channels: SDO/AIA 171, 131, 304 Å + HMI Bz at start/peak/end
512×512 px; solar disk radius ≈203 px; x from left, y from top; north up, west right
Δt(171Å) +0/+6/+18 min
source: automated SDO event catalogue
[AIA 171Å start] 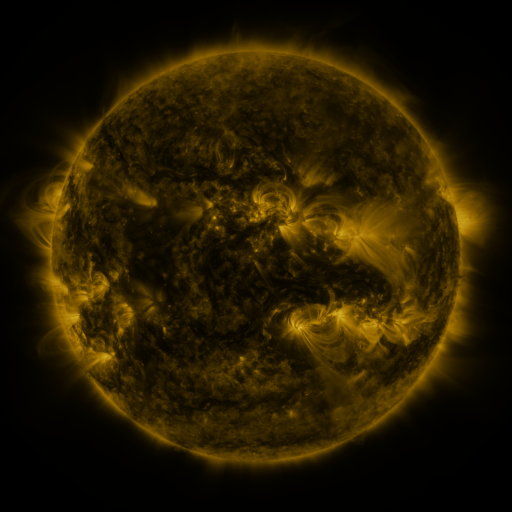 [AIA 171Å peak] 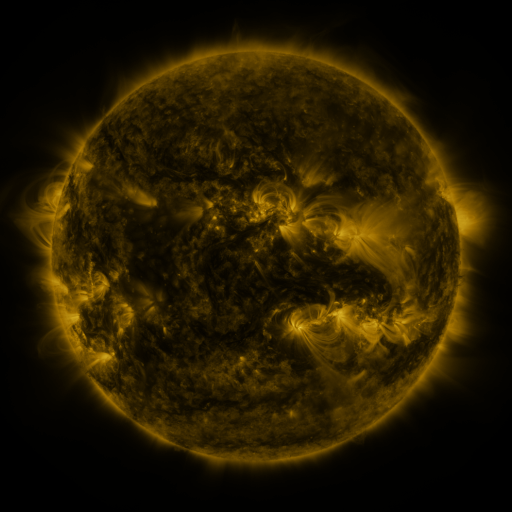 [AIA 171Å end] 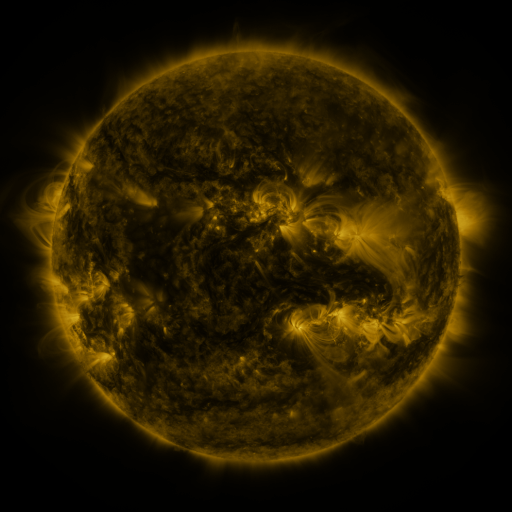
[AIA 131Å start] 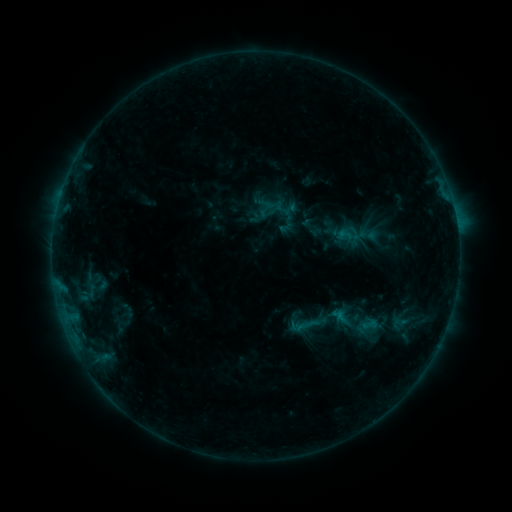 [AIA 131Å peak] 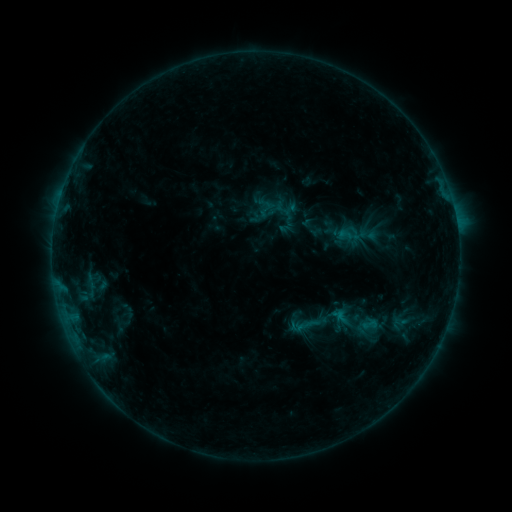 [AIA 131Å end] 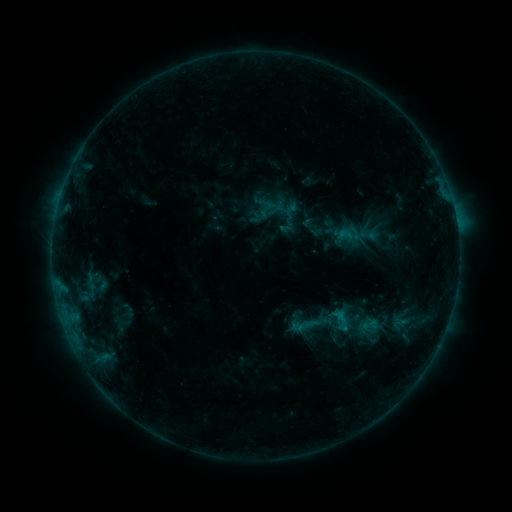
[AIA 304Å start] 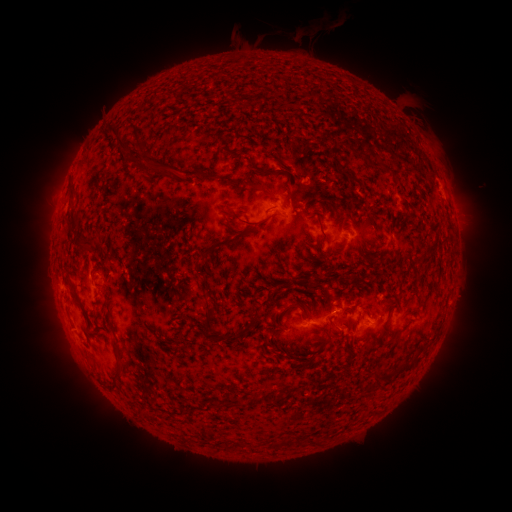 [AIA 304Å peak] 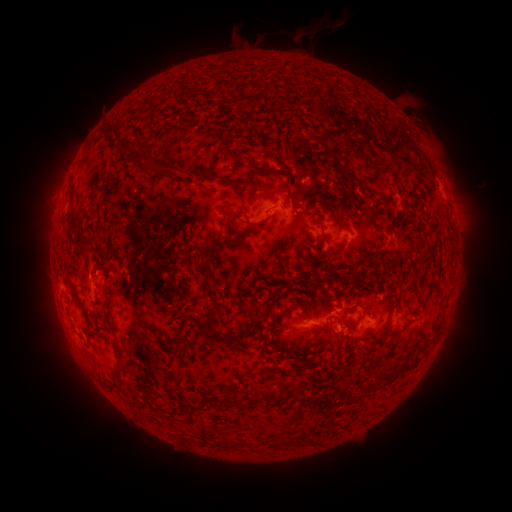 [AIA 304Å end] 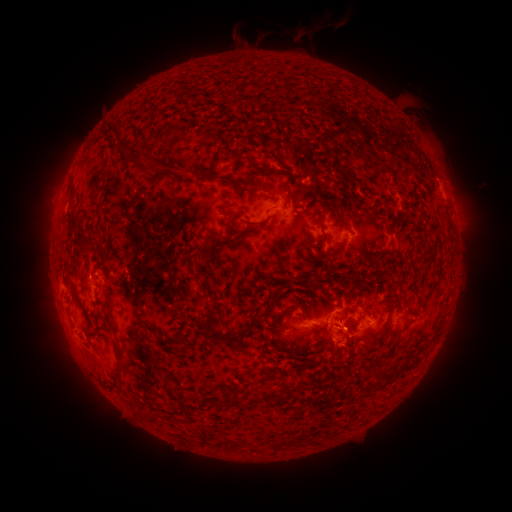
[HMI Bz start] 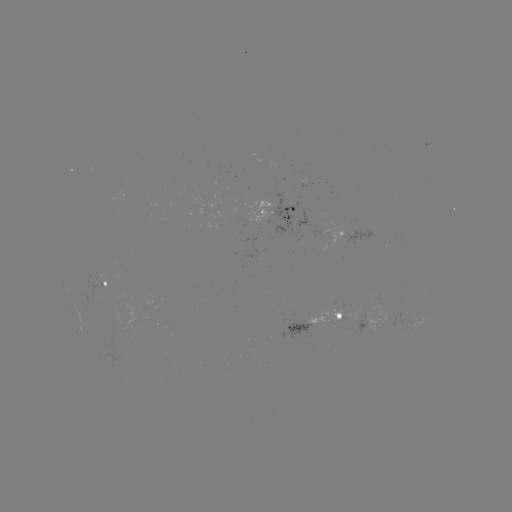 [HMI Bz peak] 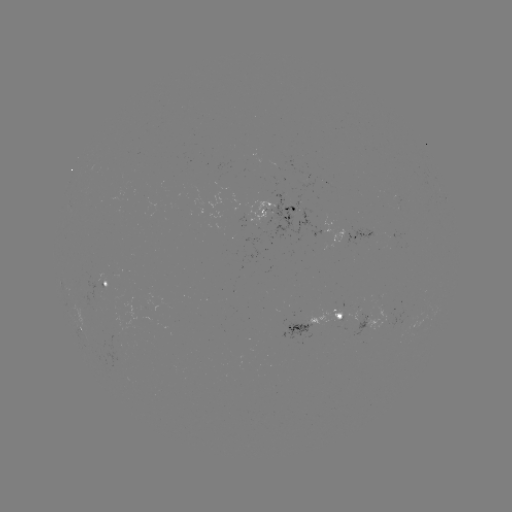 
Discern eruption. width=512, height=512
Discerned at [335, 343].